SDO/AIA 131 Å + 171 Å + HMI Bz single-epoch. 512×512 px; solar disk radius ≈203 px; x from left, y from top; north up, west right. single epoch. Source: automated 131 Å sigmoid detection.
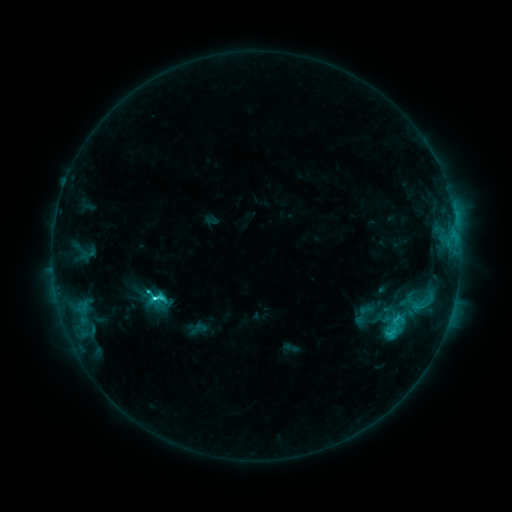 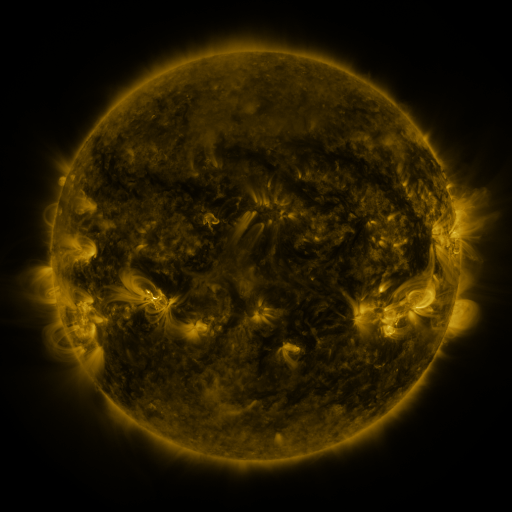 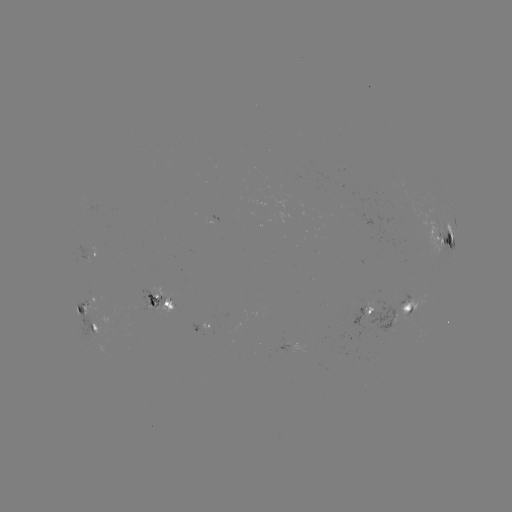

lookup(sigmoid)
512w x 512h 154,295